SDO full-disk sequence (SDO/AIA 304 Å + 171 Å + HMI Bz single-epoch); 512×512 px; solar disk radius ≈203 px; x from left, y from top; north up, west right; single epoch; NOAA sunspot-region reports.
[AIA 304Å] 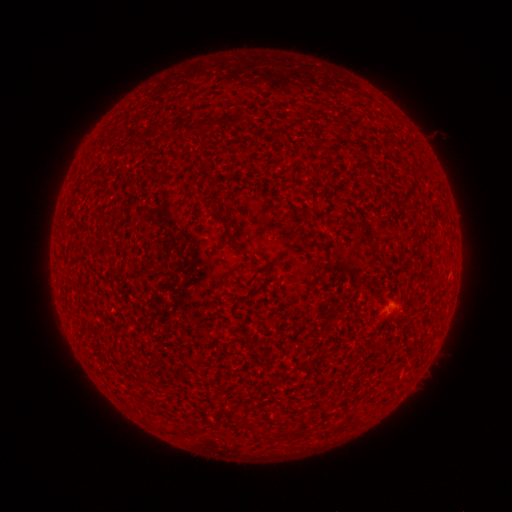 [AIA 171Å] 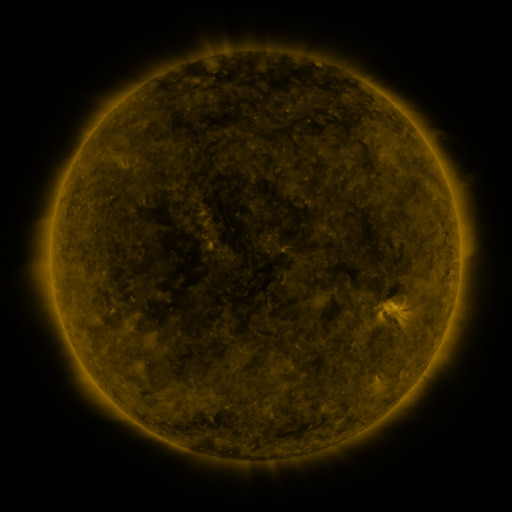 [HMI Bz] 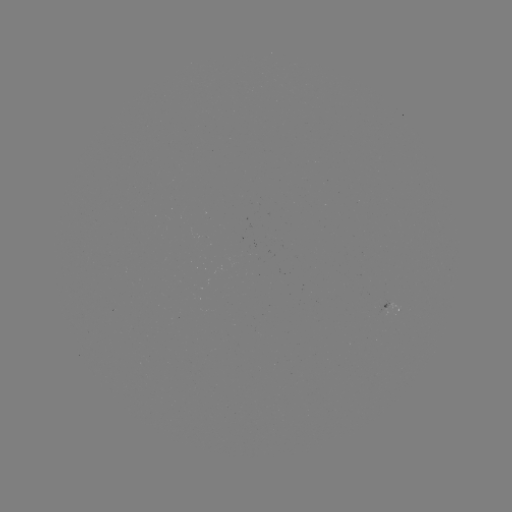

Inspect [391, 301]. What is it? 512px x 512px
spotted active region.